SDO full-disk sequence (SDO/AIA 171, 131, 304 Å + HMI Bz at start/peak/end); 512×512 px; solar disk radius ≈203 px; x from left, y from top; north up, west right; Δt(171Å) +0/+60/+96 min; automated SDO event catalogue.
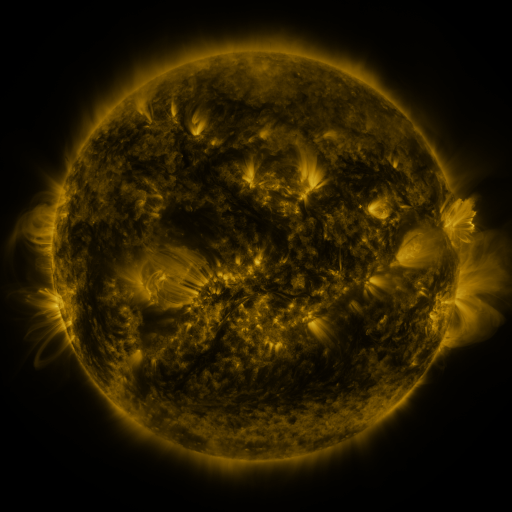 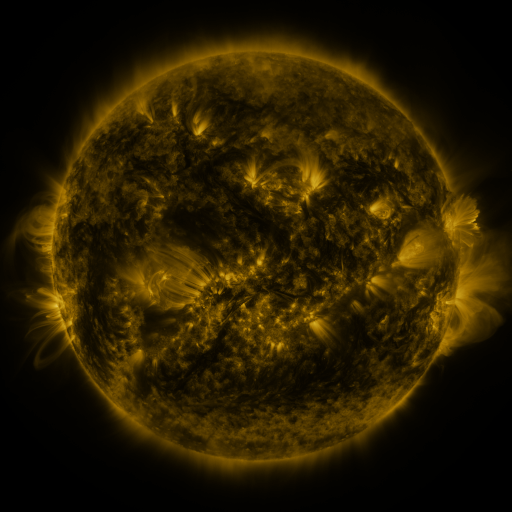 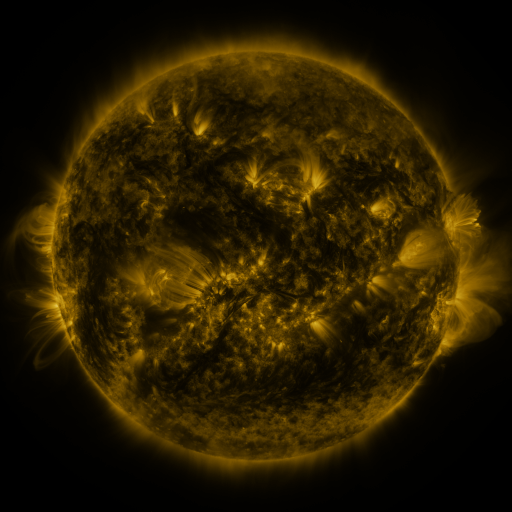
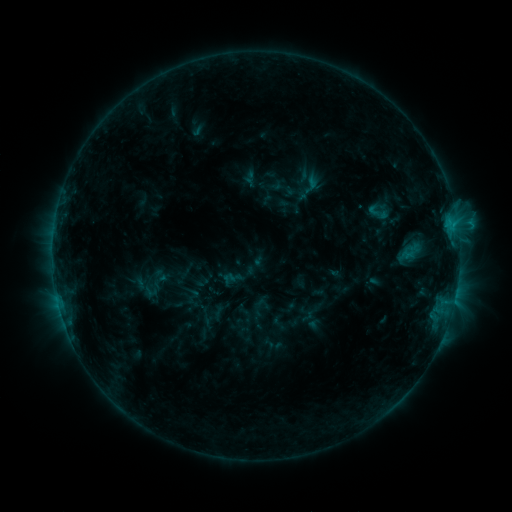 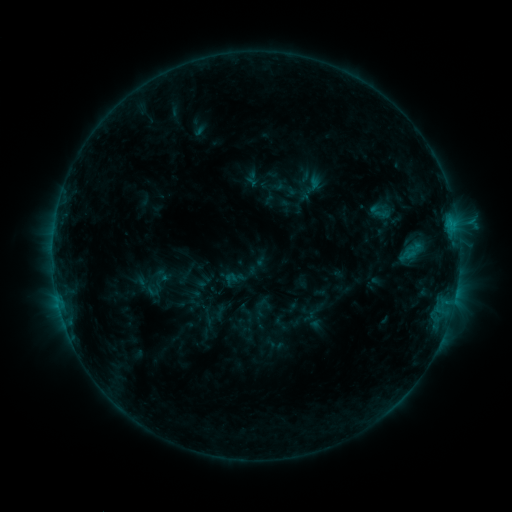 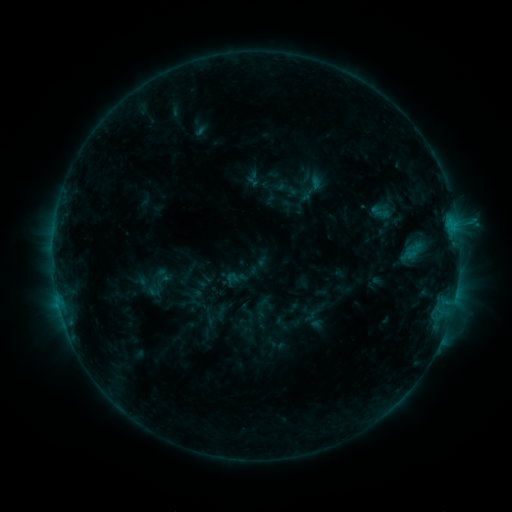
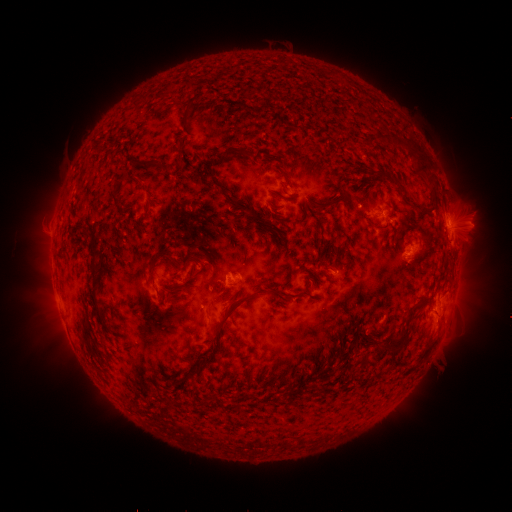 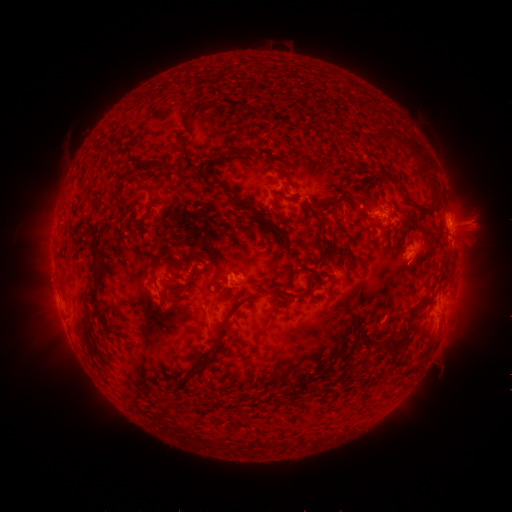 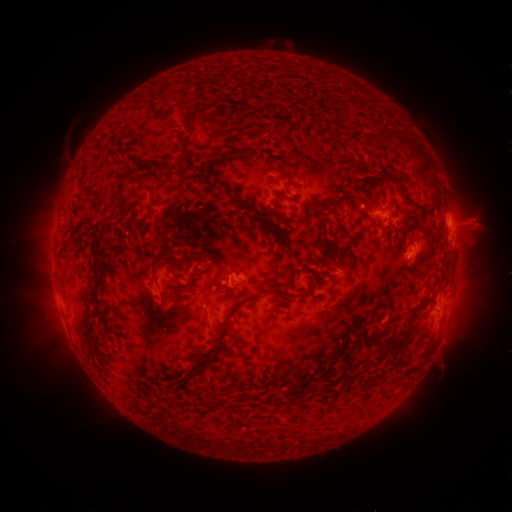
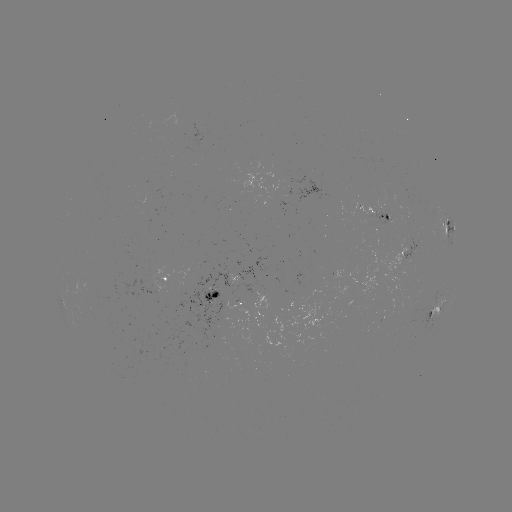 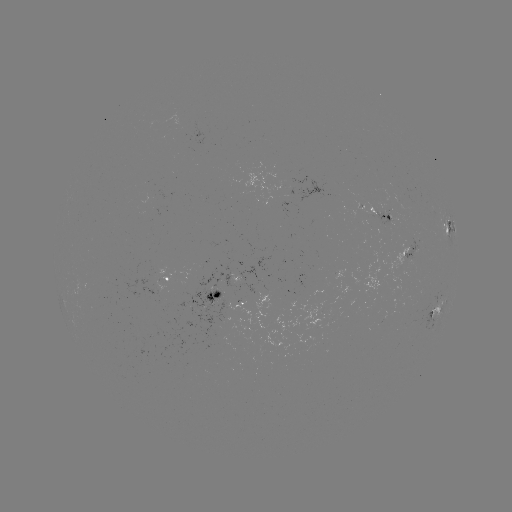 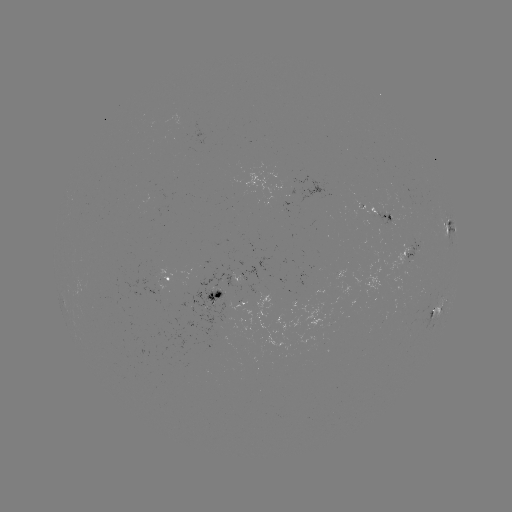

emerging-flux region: [403, 238, 417, 261]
